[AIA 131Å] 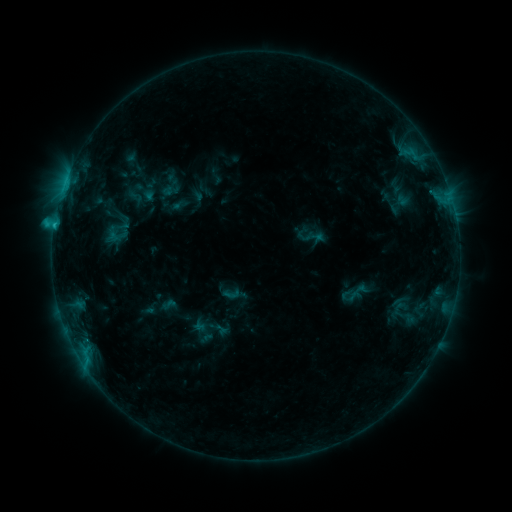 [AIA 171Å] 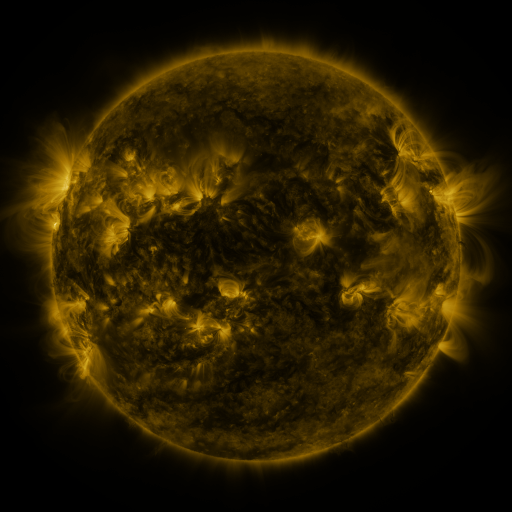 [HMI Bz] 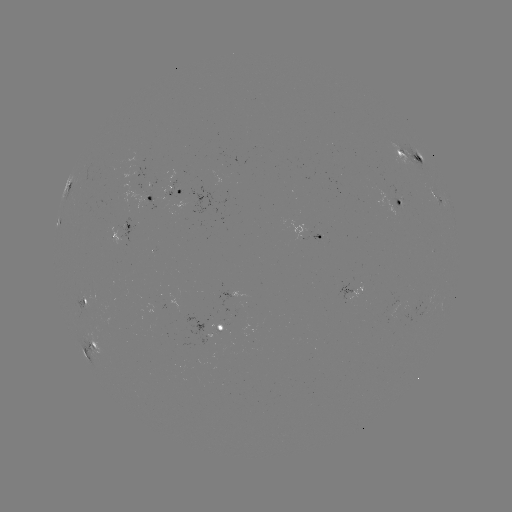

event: sigmoid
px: (231, 294)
